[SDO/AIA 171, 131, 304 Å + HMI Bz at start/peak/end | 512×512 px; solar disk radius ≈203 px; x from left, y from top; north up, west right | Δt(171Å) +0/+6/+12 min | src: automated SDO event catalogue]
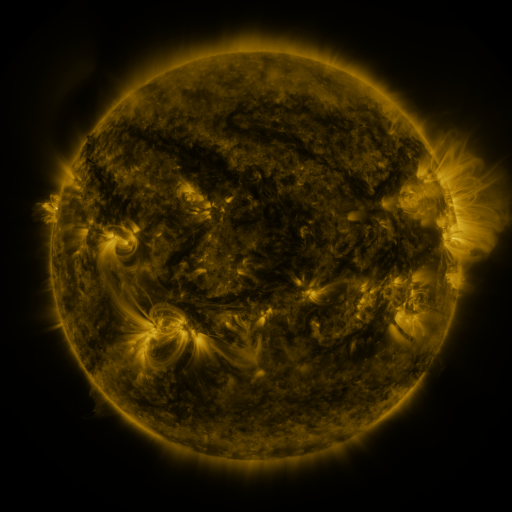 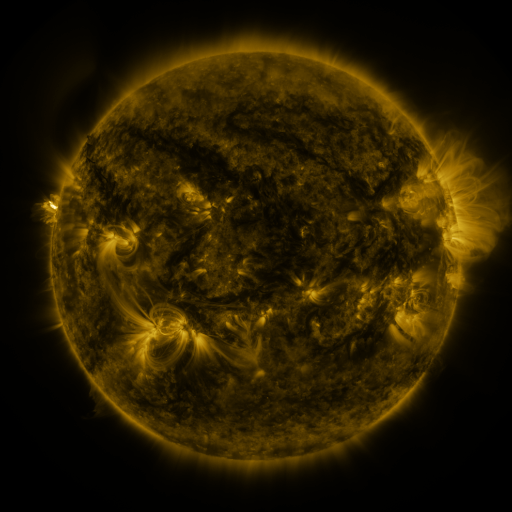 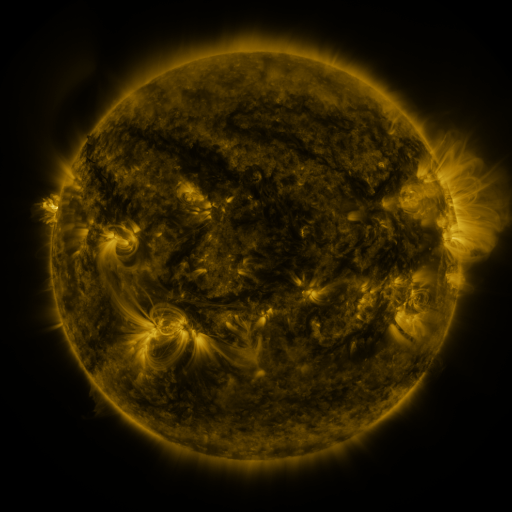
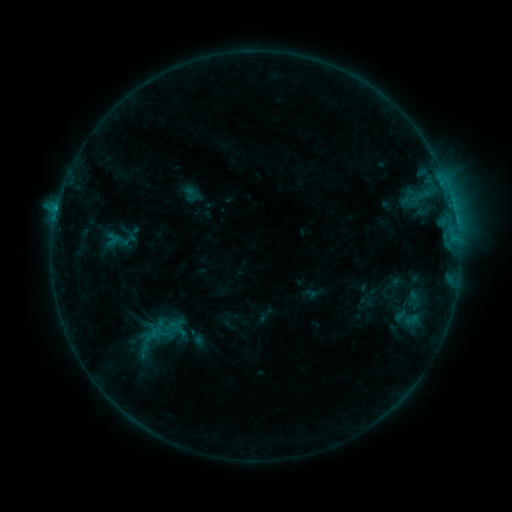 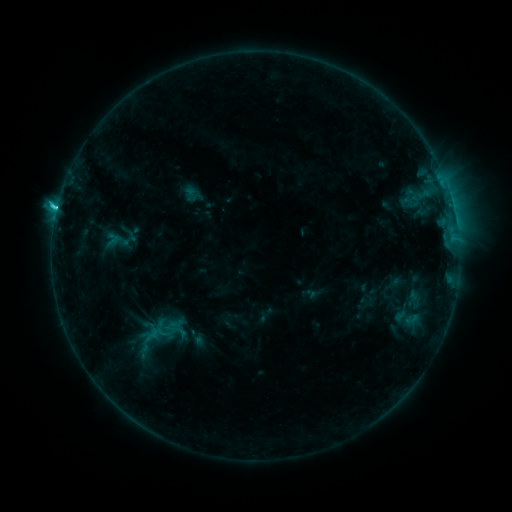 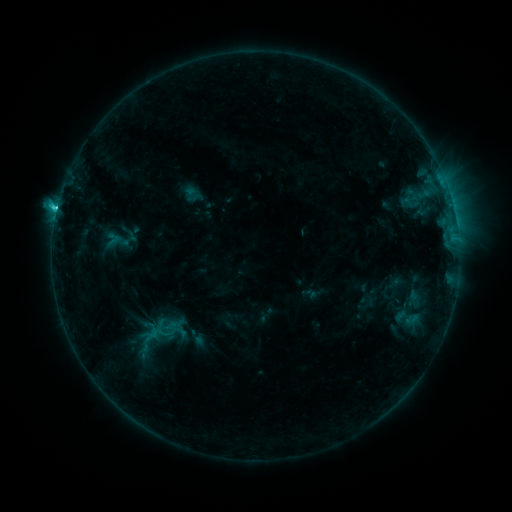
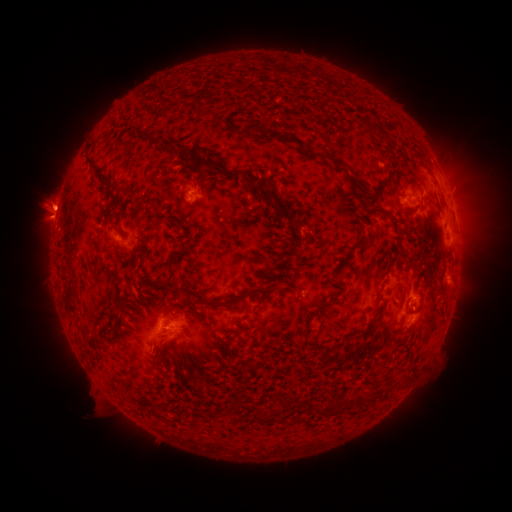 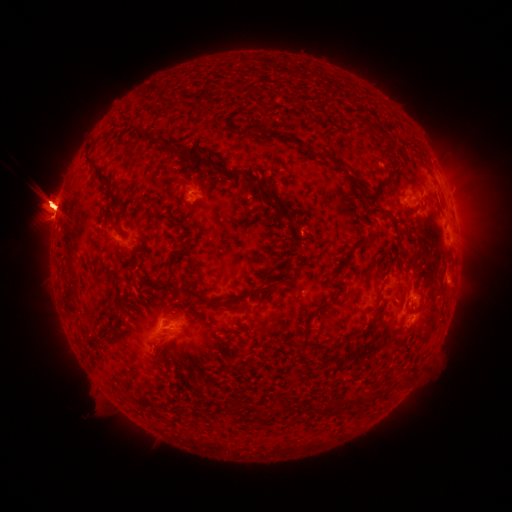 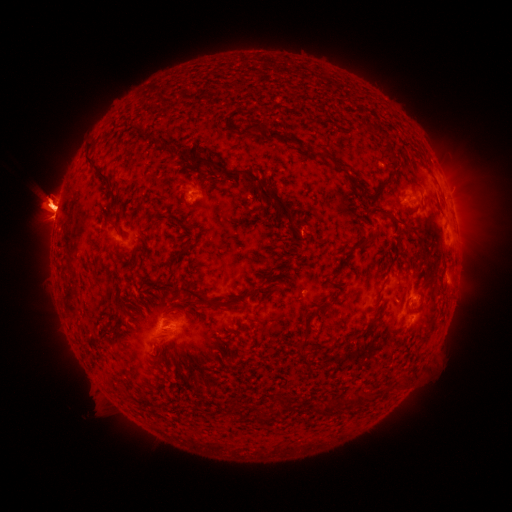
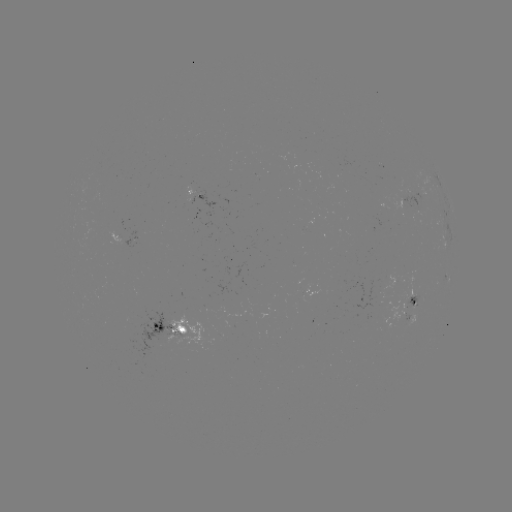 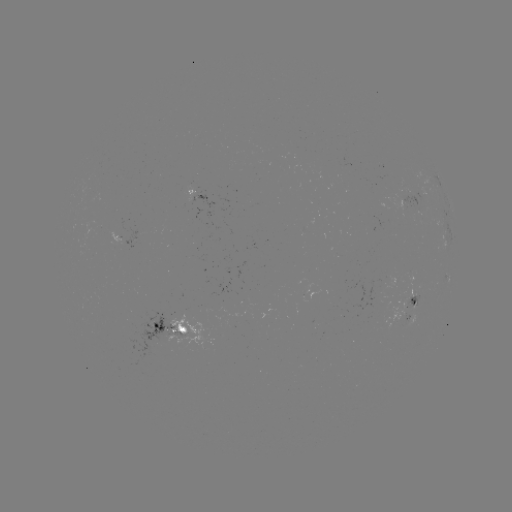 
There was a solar flare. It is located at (59, 214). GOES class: C2.5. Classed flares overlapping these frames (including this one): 1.